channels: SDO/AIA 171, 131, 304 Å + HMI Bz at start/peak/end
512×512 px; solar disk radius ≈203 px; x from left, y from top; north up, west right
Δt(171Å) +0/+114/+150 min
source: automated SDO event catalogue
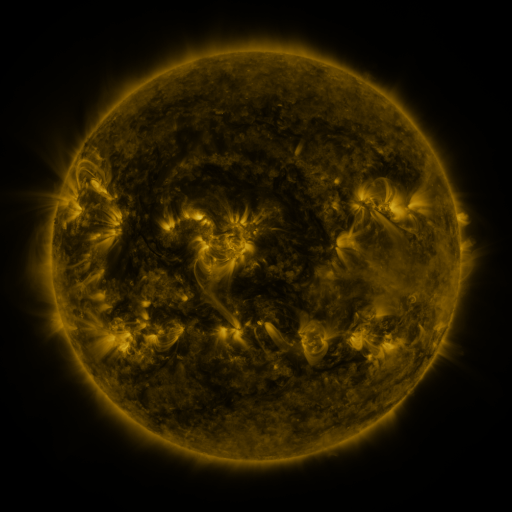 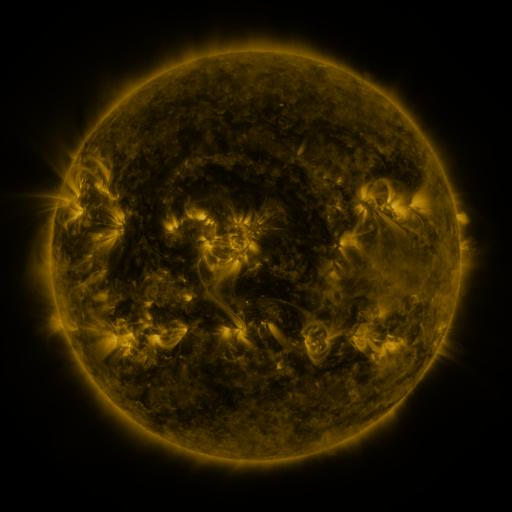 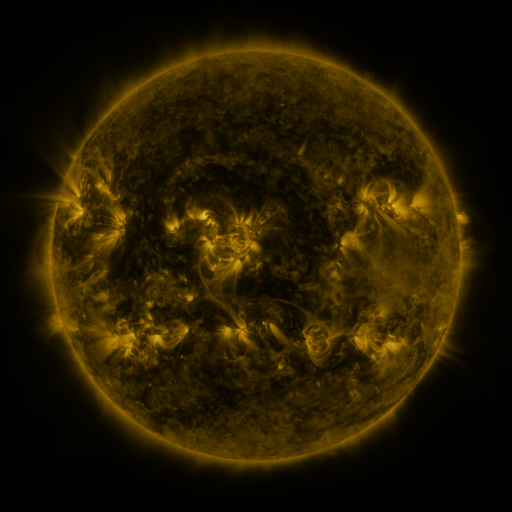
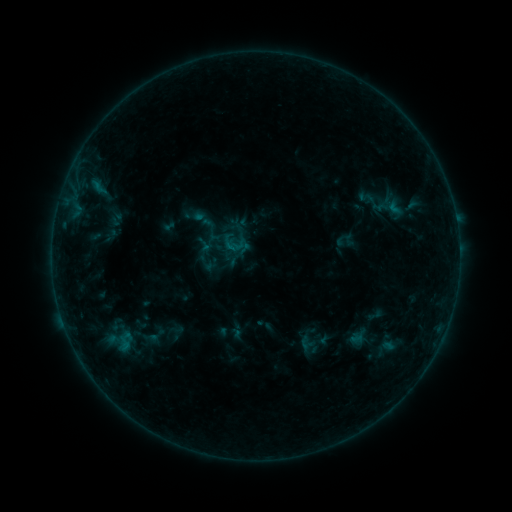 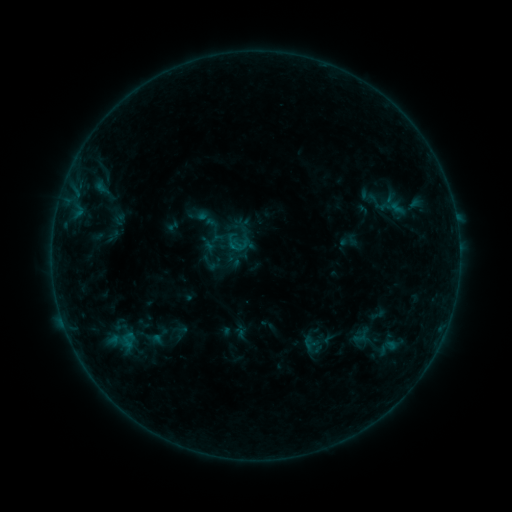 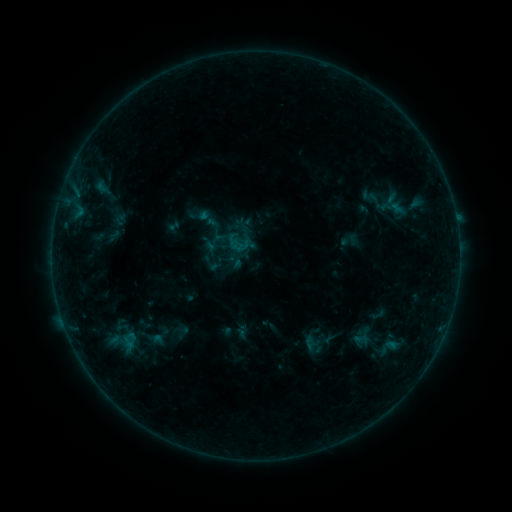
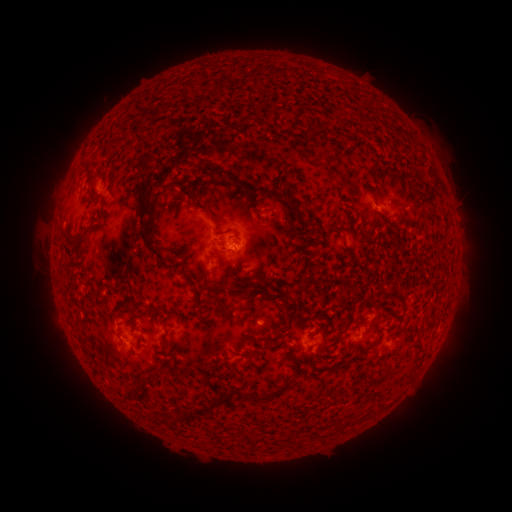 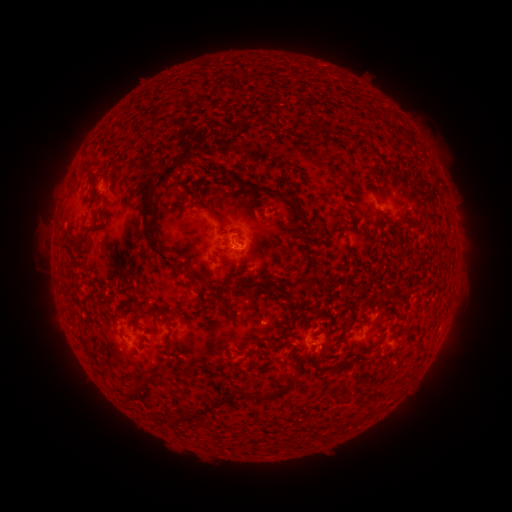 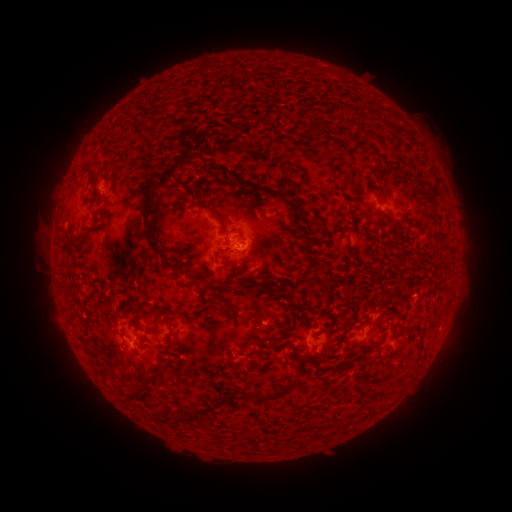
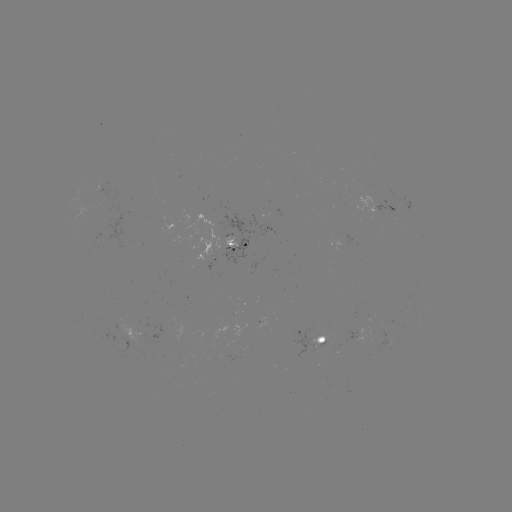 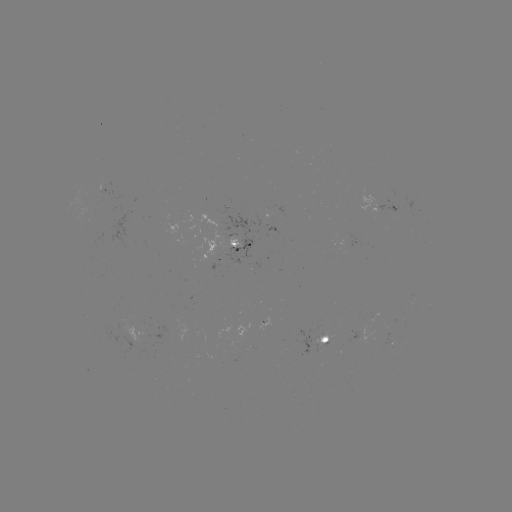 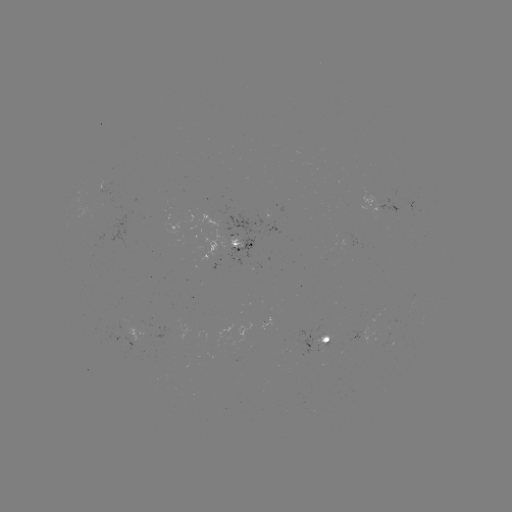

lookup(emerging-flux region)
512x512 [343, 238]